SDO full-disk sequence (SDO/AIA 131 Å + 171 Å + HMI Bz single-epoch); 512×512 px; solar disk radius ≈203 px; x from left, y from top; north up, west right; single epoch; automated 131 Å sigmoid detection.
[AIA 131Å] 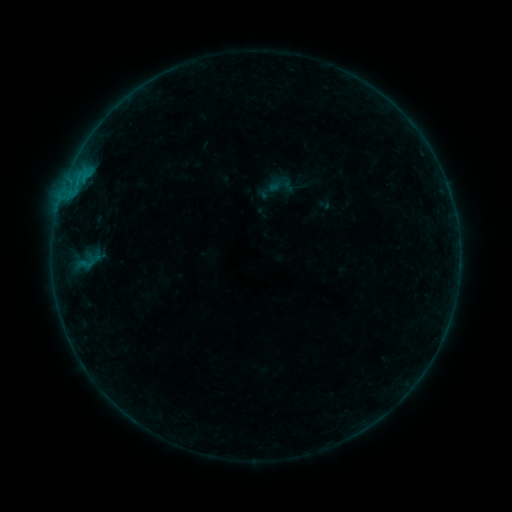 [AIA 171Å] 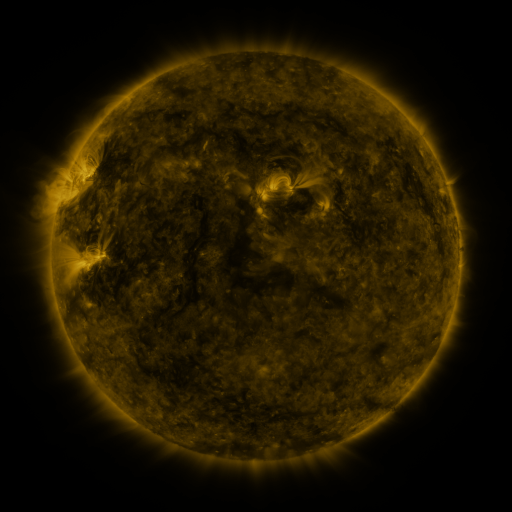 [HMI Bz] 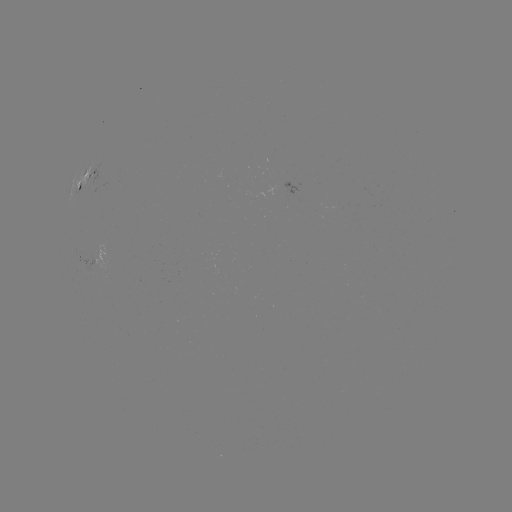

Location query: sigmoid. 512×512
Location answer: (281, 184).